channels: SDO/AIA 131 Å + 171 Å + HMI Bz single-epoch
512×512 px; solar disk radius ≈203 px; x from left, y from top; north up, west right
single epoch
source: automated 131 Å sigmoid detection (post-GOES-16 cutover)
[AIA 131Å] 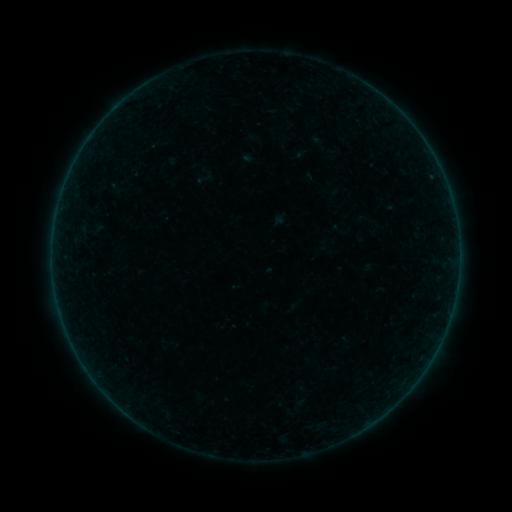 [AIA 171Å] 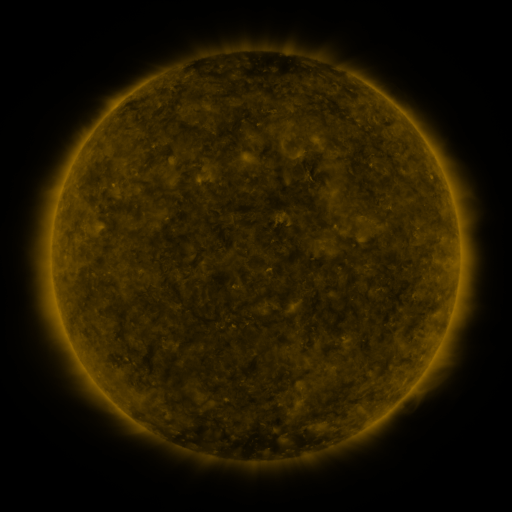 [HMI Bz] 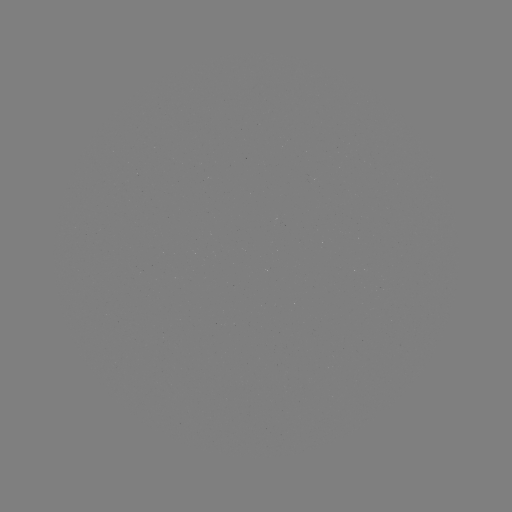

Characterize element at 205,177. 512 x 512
sigmoid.